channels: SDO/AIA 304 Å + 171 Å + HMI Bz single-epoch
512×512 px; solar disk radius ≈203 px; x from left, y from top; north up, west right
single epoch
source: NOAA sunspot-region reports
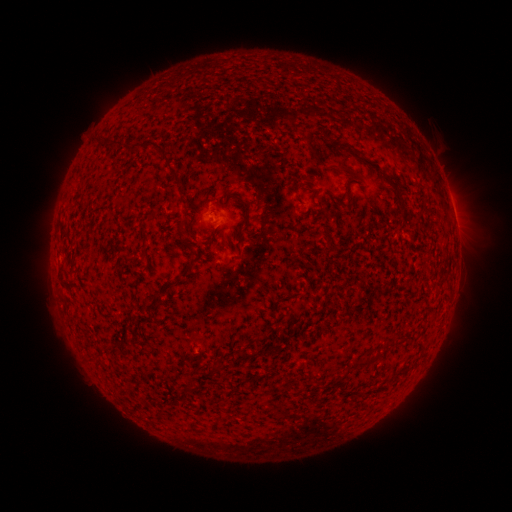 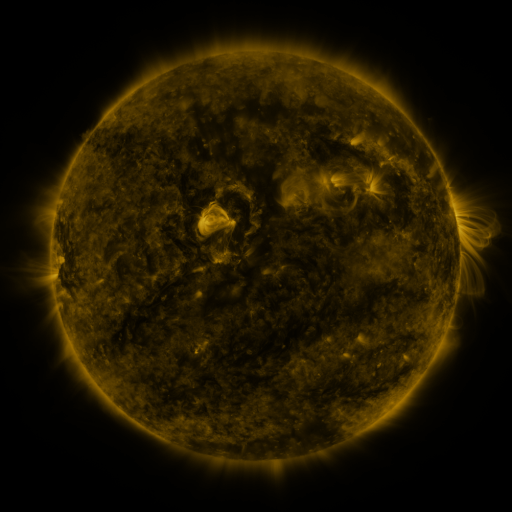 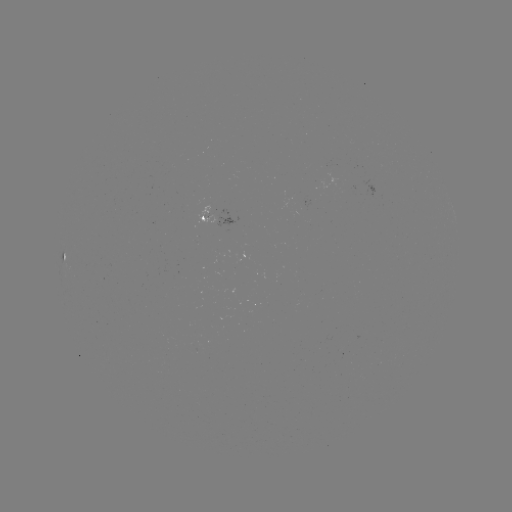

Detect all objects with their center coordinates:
spotted active region: (210, 217)
spotted active region: (67, 256)
